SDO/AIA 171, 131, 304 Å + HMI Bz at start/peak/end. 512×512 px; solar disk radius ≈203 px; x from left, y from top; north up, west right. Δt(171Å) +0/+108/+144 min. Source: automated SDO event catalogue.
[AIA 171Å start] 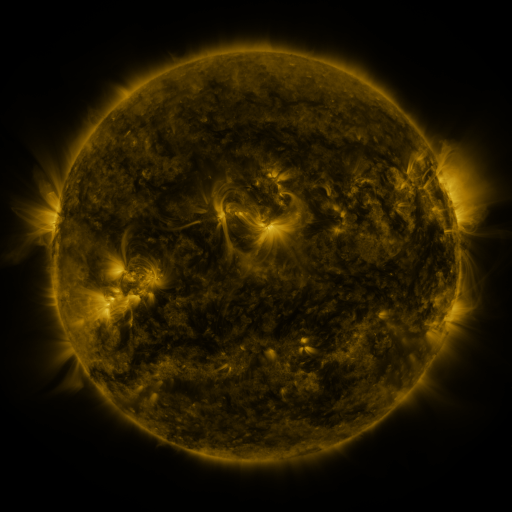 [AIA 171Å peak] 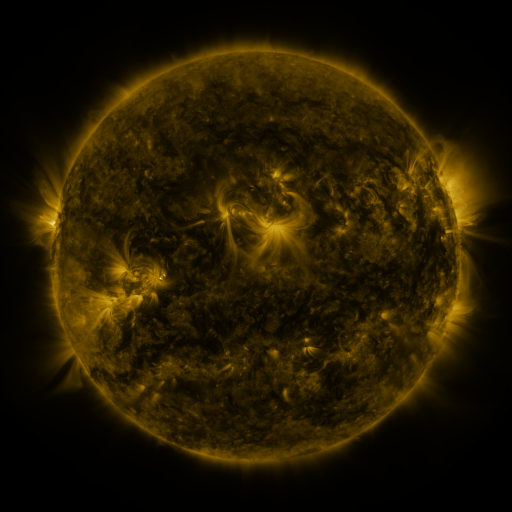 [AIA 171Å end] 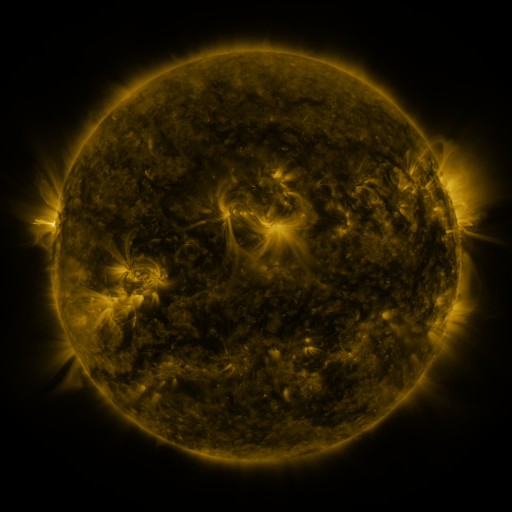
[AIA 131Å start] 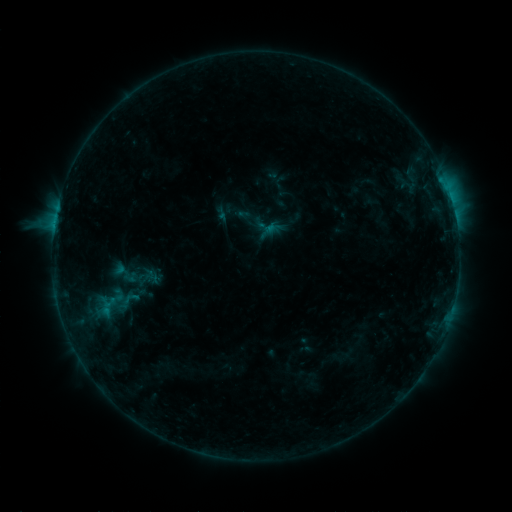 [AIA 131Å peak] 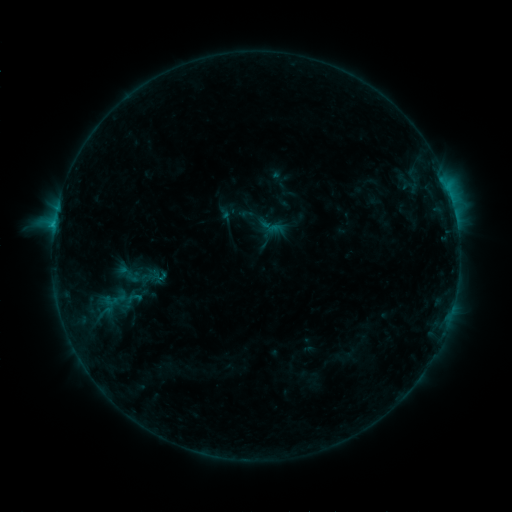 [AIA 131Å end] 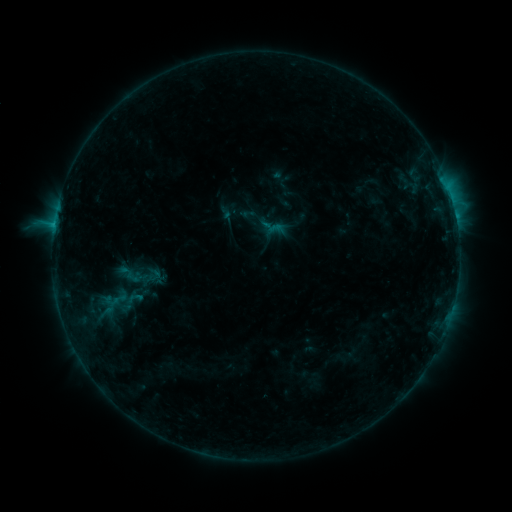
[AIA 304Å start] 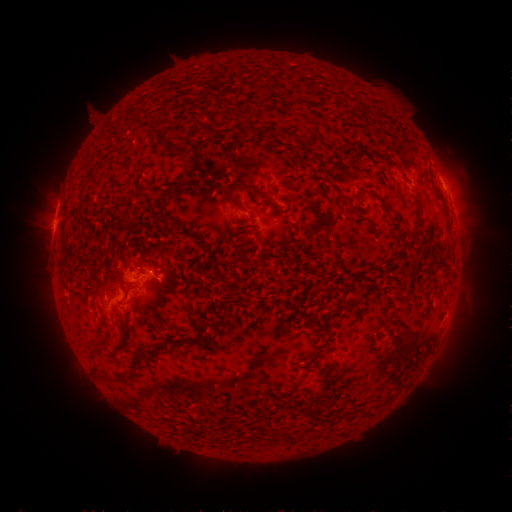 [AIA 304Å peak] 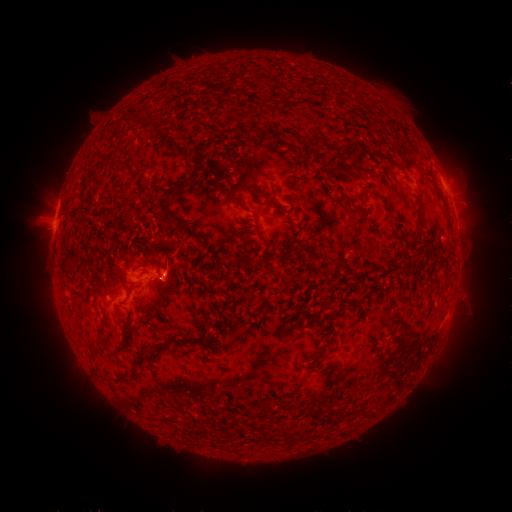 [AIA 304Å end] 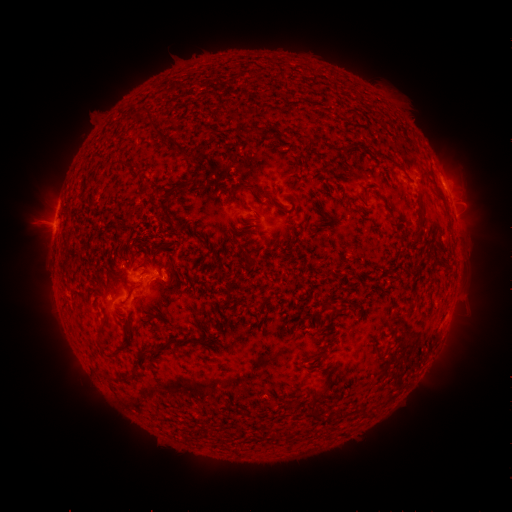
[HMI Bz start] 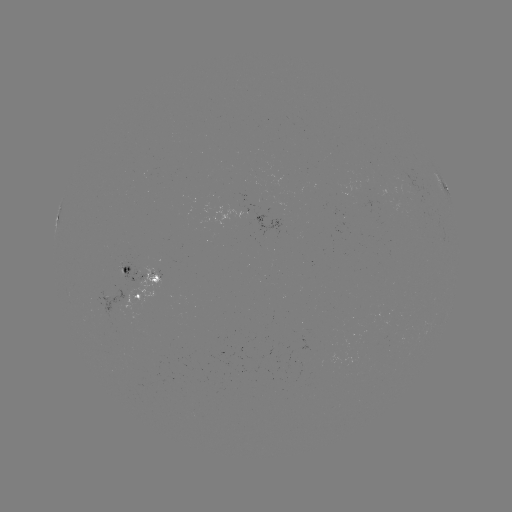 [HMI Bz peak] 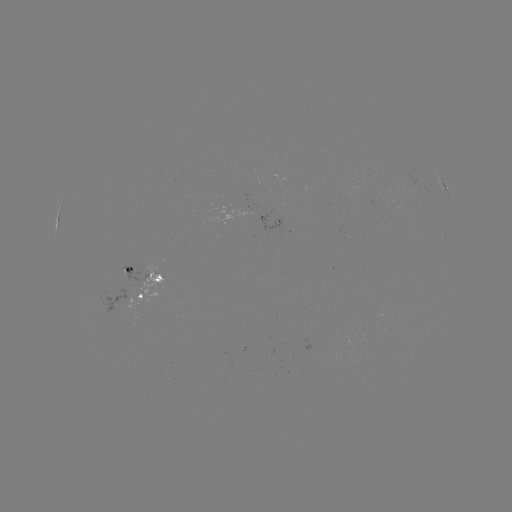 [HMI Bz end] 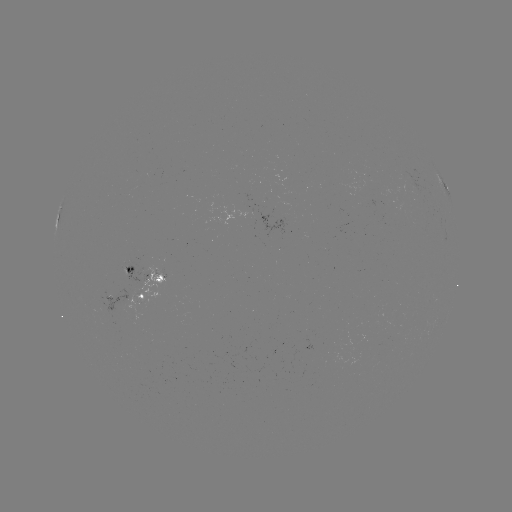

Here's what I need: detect emerging-flux region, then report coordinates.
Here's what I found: emerging-flux region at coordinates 111,299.